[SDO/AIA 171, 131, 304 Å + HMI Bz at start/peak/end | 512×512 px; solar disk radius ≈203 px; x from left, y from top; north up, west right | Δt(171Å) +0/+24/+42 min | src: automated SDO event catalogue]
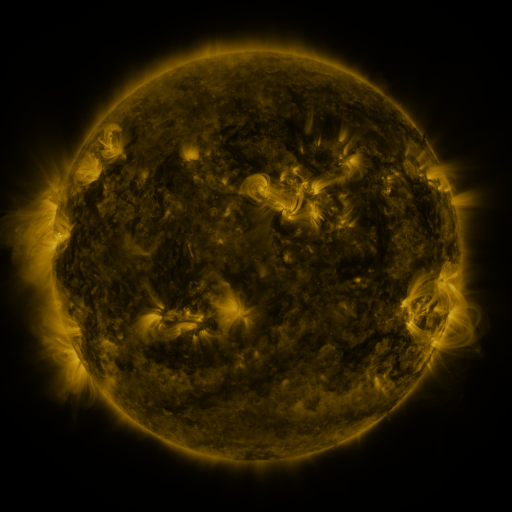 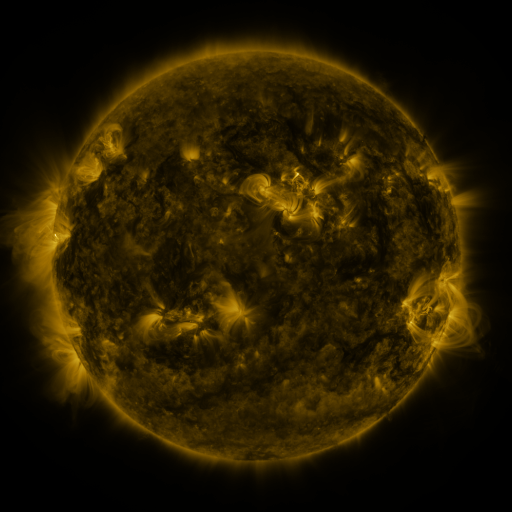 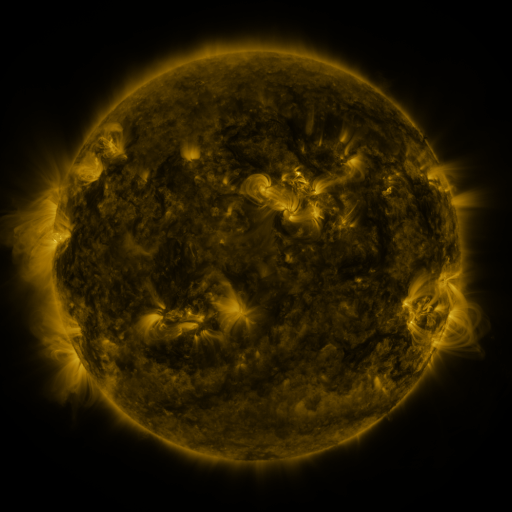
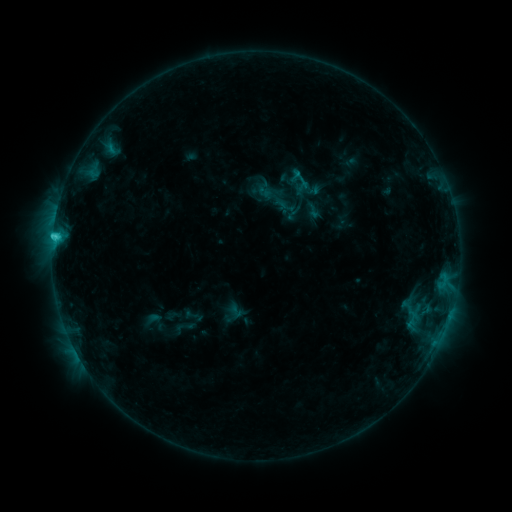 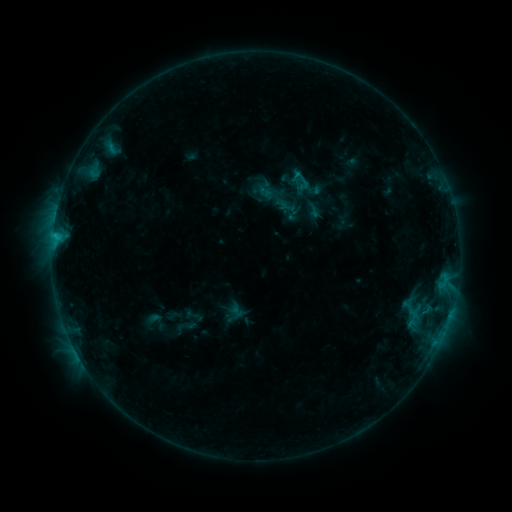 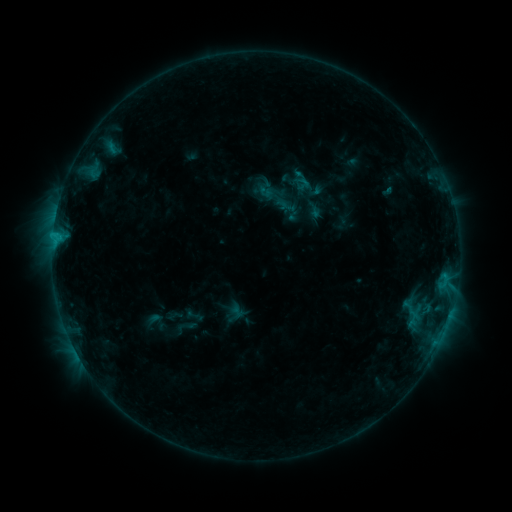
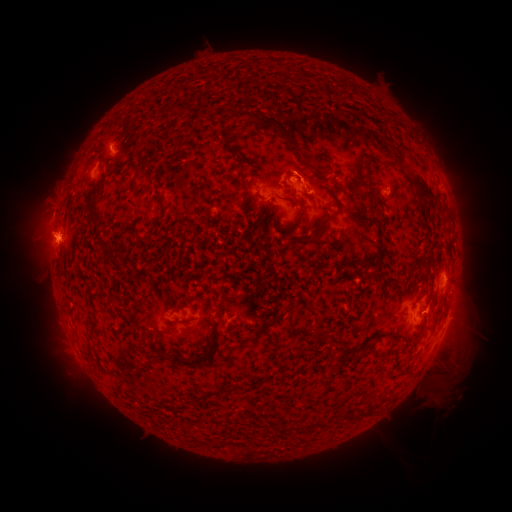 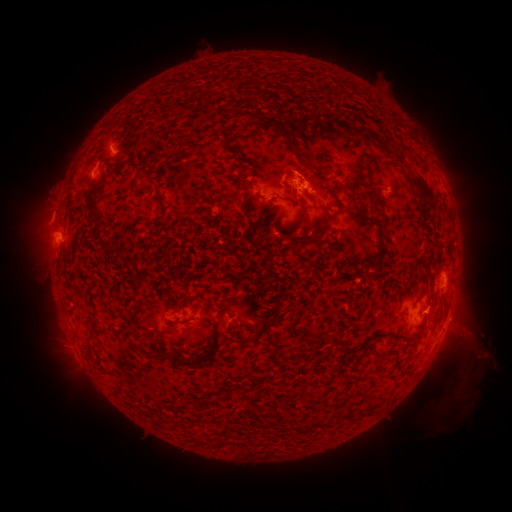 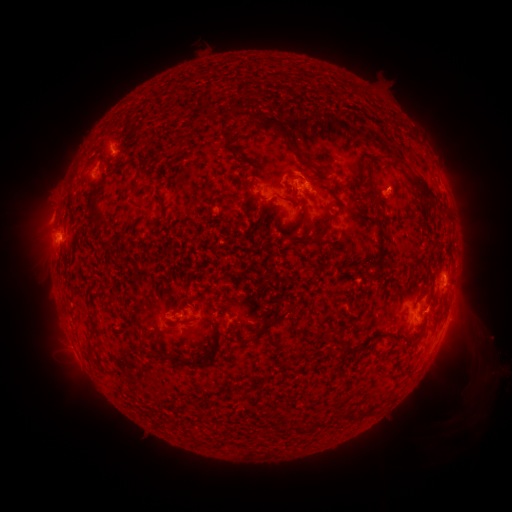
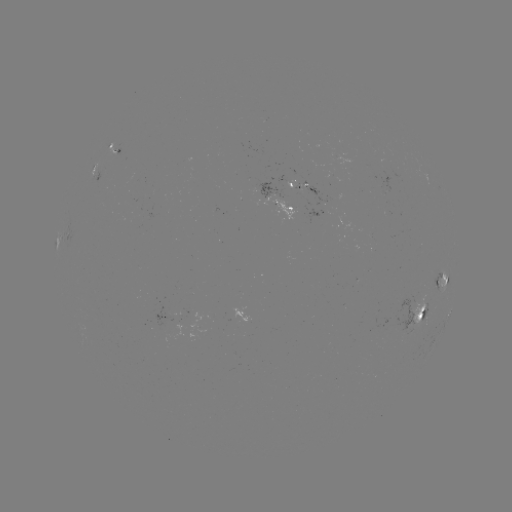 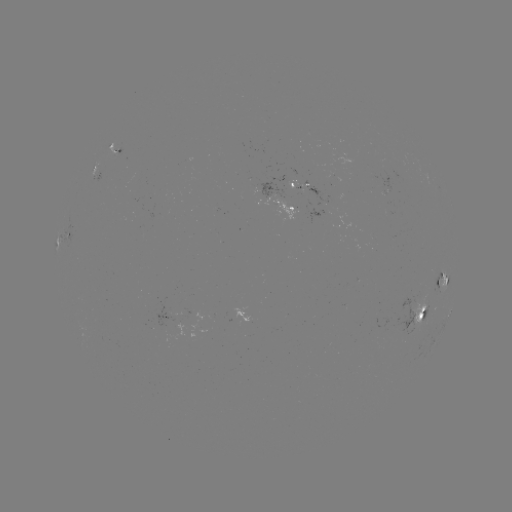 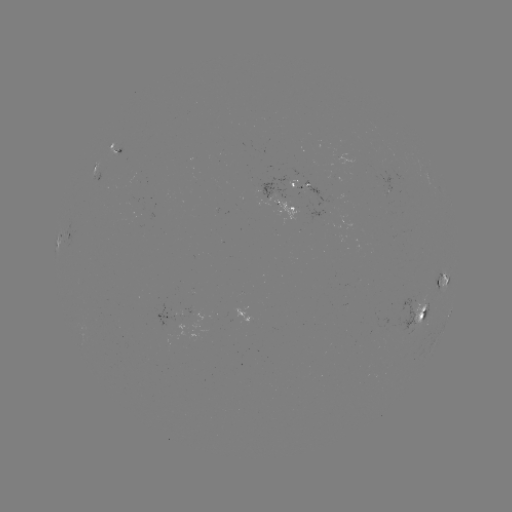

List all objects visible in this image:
eruption: (475, 363)
